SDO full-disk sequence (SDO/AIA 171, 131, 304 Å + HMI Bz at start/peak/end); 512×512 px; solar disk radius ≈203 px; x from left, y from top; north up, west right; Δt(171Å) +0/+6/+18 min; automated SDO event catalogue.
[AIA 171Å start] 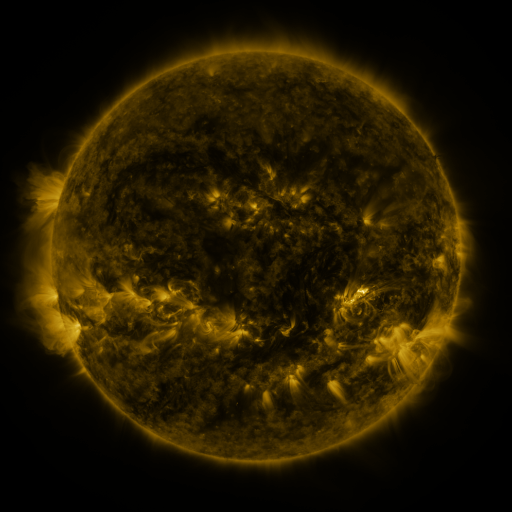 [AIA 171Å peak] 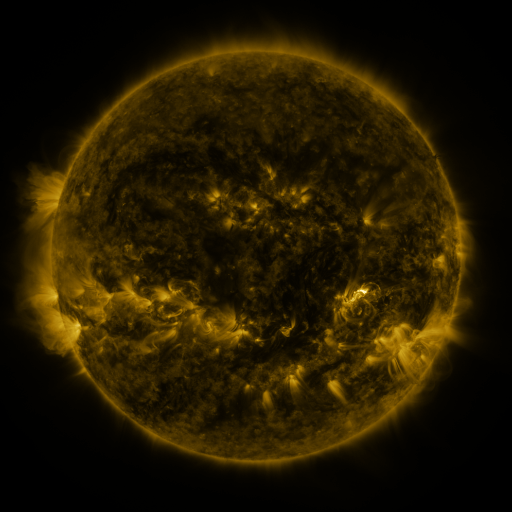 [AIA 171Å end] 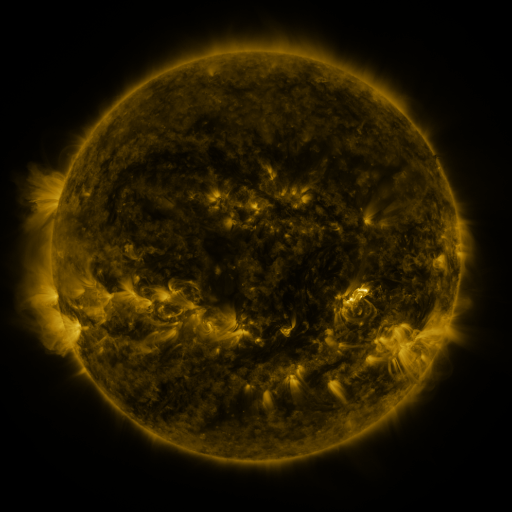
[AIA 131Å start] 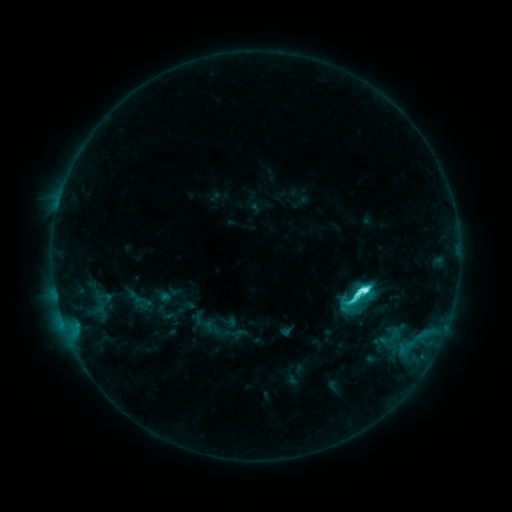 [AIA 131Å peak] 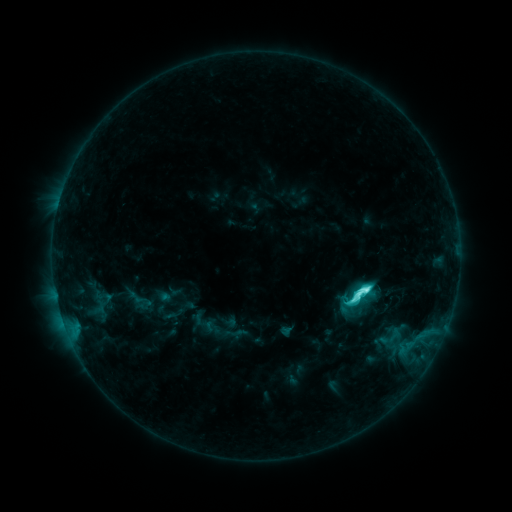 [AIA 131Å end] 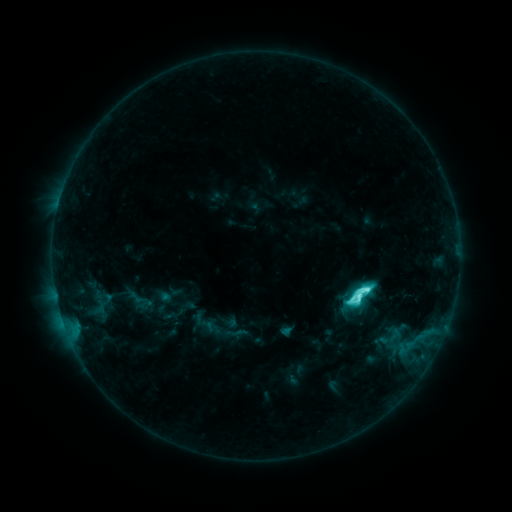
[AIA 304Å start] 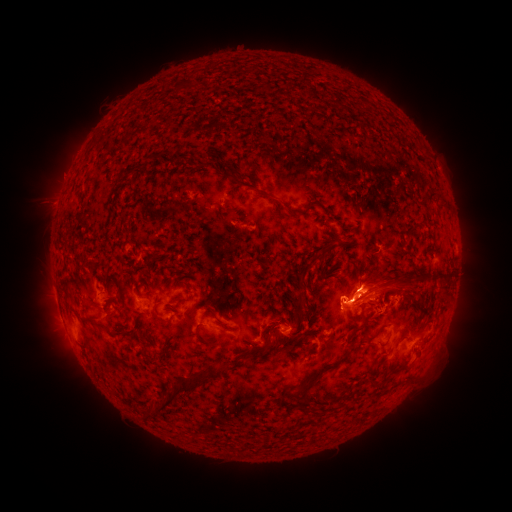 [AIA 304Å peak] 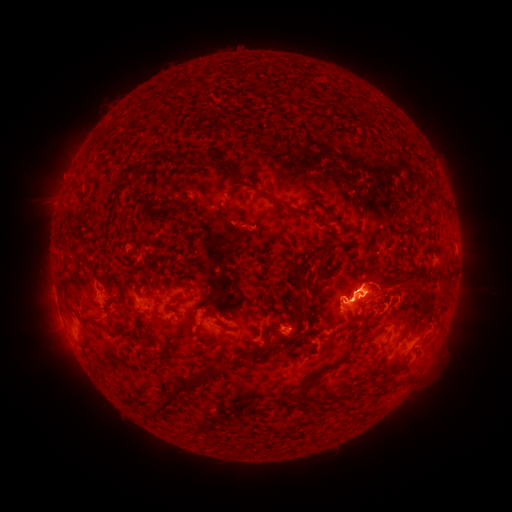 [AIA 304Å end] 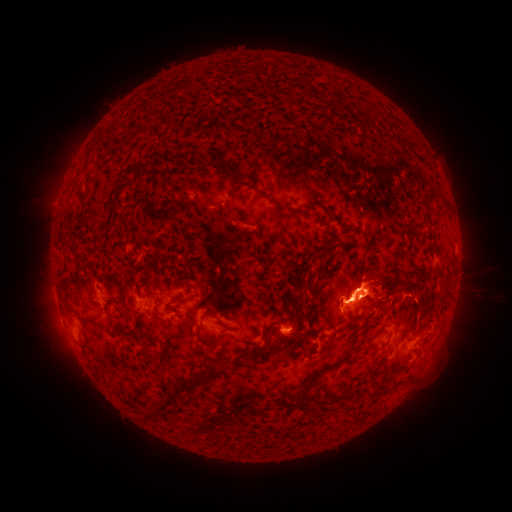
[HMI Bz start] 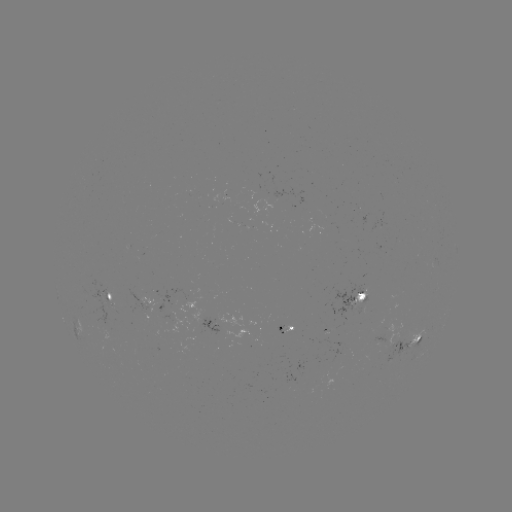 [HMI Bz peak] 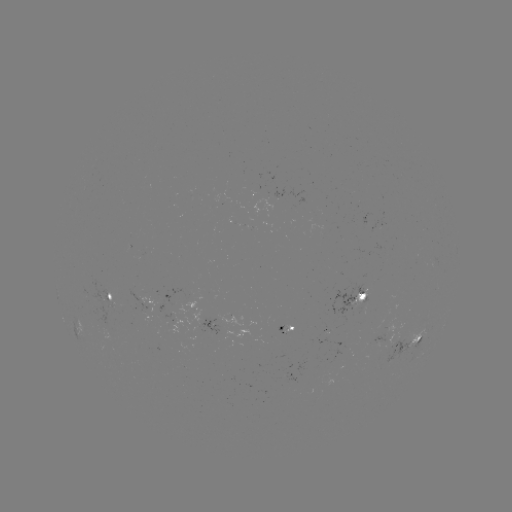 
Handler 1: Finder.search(eruption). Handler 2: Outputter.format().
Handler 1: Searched eruption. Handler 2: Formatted (349, 280).